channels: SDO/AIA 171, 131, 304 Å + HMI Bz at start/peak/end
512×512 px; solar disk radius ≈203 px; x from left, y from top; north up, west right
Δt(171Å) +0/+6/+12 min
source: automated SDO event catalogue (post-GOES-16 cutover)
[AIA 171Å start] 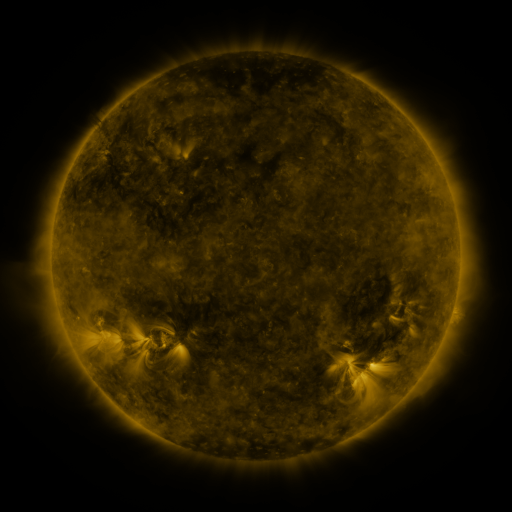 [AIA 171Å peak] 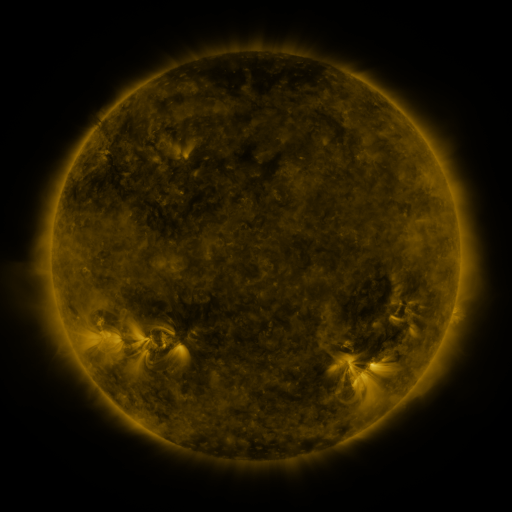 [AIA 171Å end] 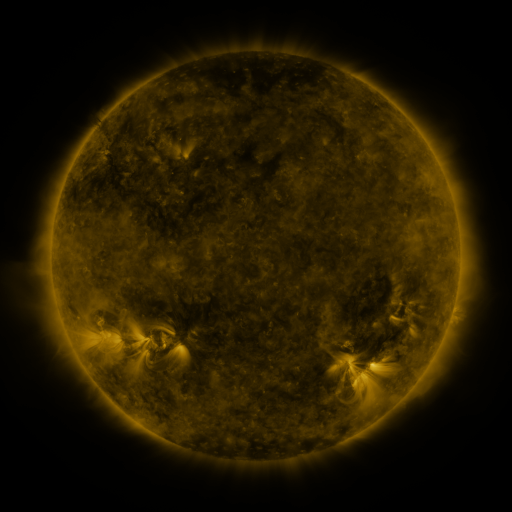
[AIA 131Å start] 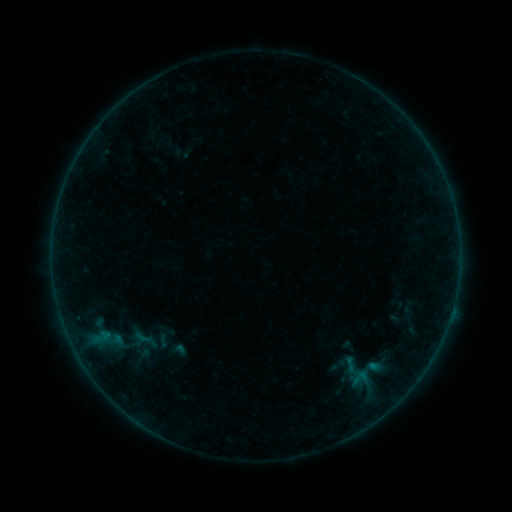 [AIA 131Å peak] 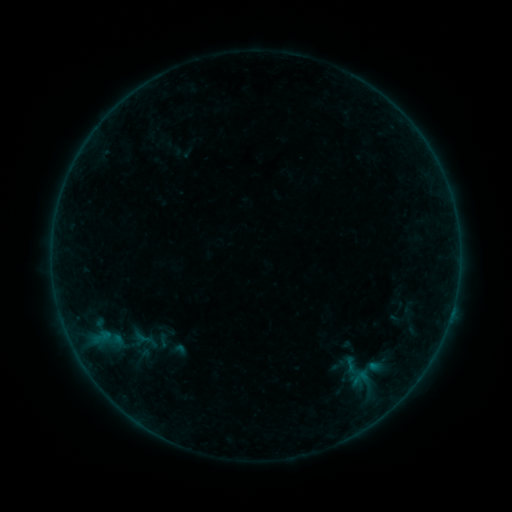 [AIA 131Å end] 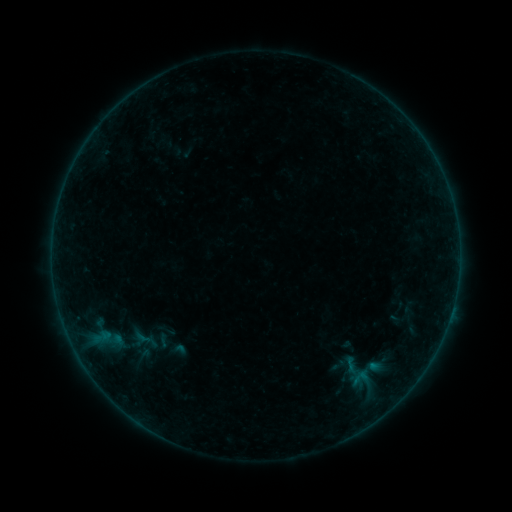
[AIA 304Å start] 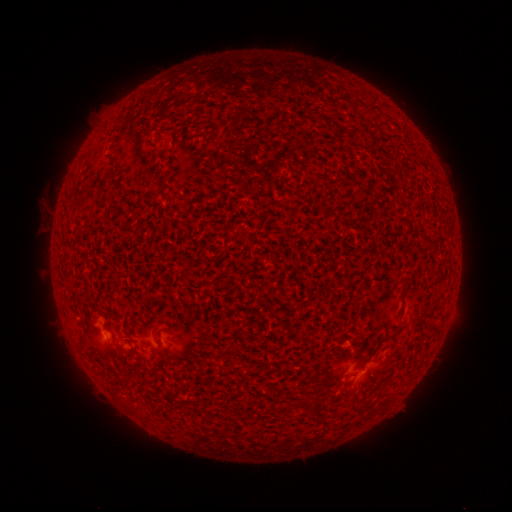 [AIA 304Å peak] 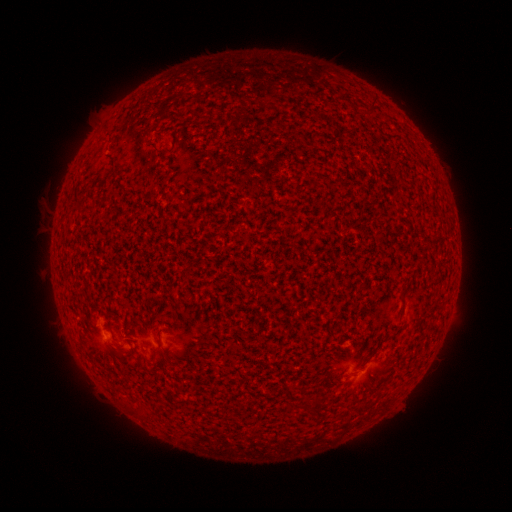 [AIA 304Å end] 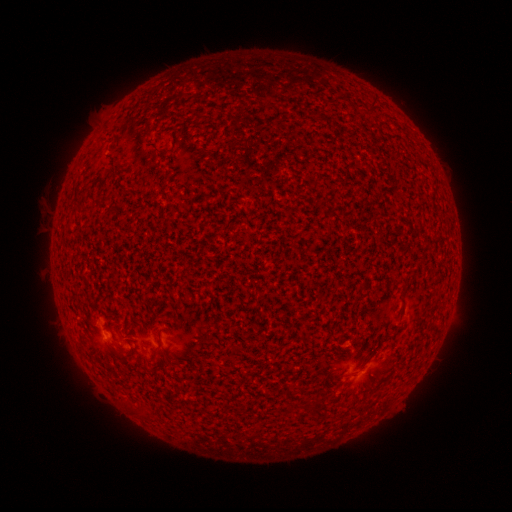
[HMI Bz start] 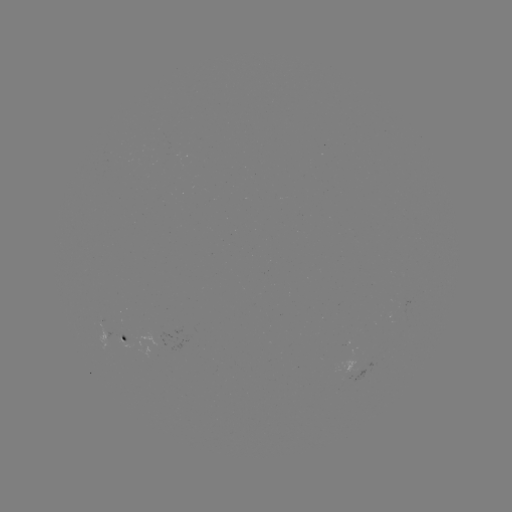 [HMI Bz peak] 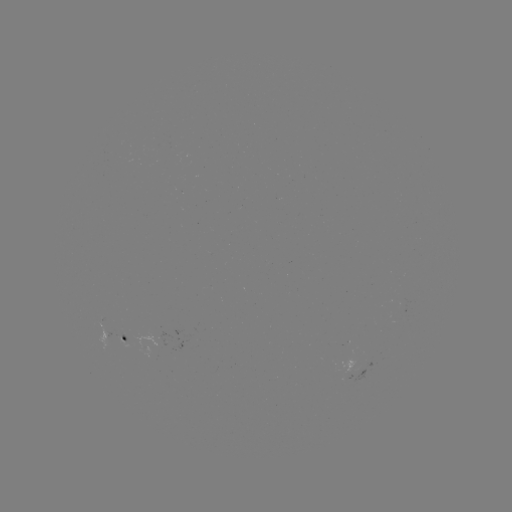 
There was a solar flare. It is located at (451, 312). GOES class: B1.5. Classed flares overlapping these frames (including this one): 1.